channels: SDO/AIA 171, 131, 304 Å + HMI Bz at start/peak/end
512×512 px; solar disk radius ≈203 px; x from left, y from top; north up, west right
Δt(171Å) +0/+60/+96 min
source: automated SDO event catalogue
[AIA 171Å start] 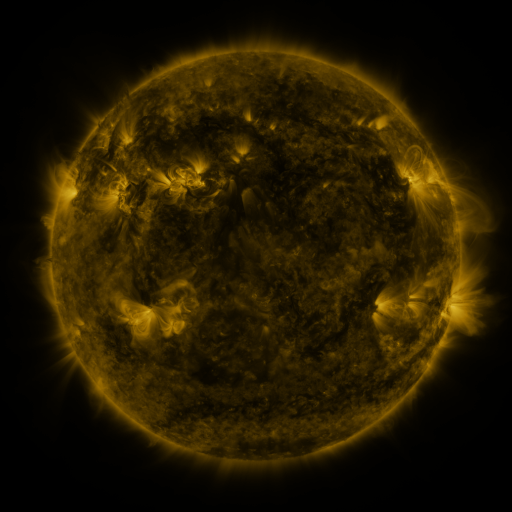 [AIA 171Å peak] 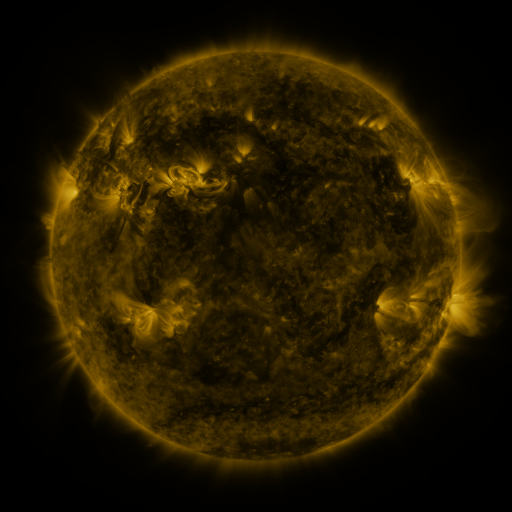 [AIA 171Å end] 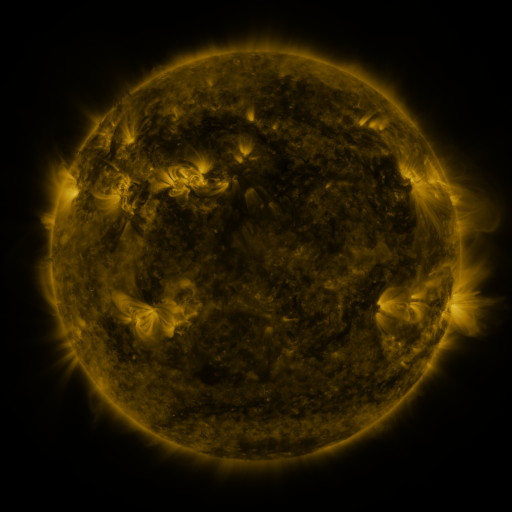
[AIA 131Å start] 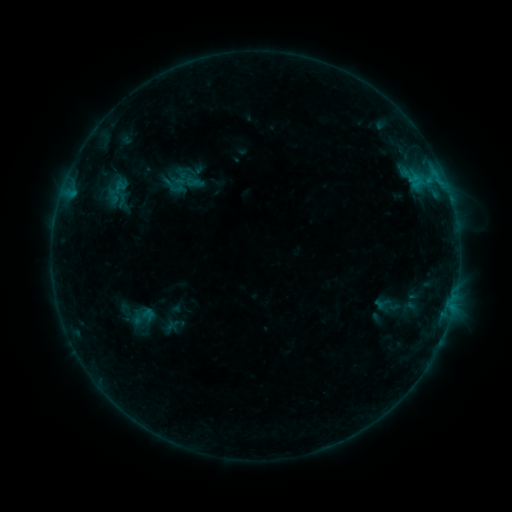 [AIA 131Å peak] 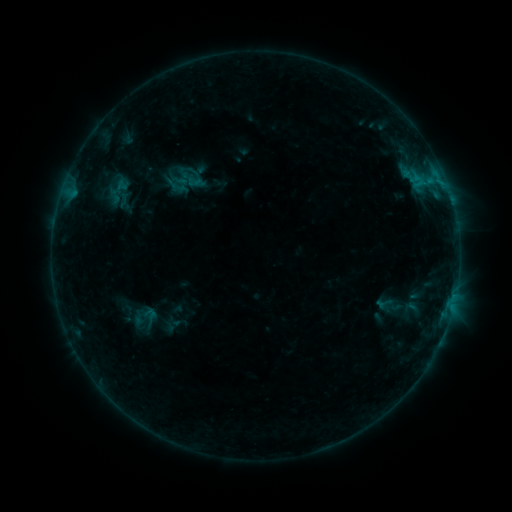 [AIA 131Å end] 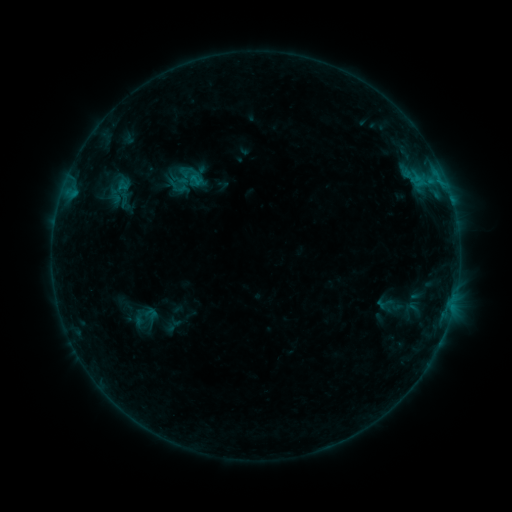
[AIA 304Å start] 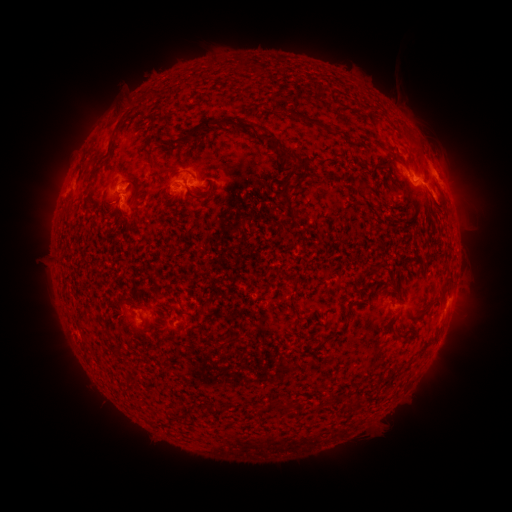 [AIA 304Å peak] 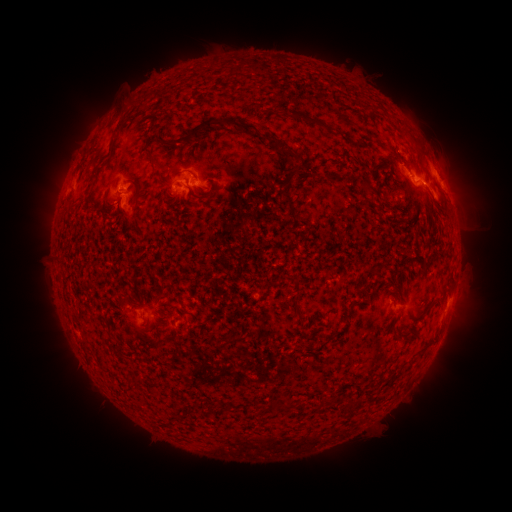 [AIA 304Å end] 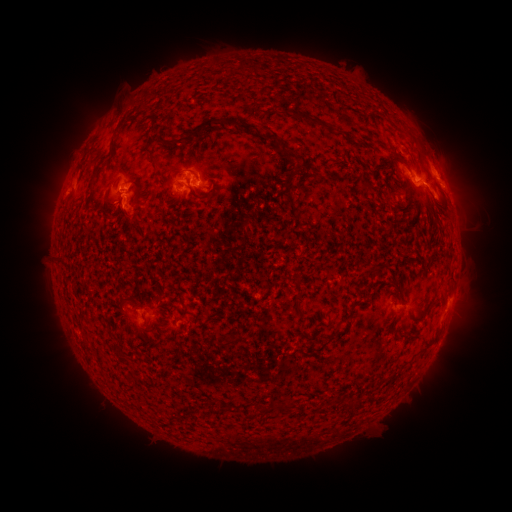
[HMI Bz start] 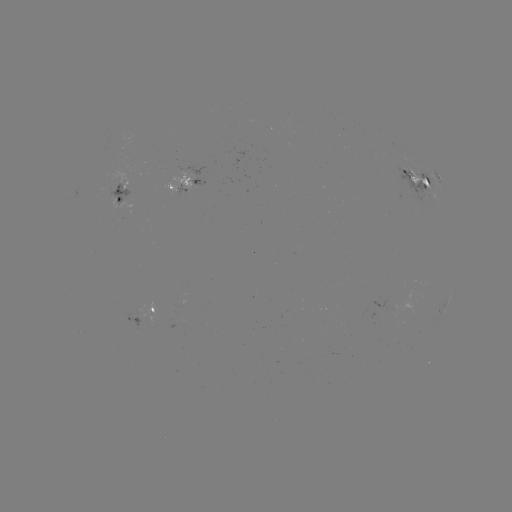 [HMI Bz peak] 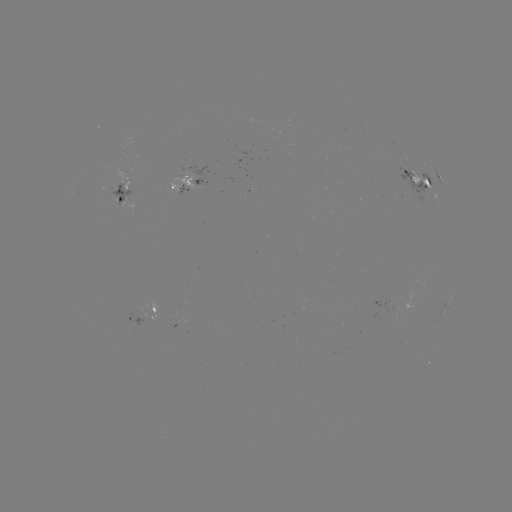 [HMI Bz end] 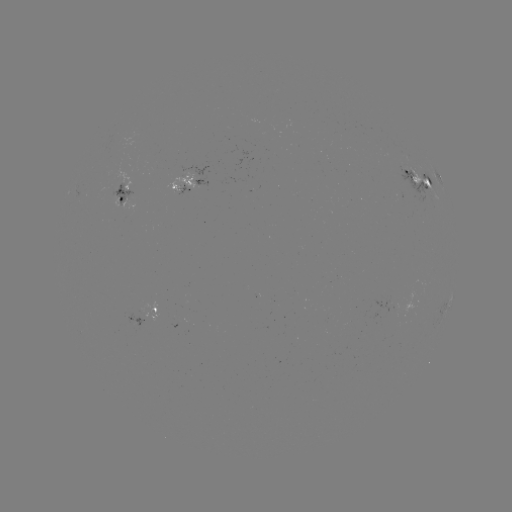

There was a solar emerging-flux region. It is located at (114, 182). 